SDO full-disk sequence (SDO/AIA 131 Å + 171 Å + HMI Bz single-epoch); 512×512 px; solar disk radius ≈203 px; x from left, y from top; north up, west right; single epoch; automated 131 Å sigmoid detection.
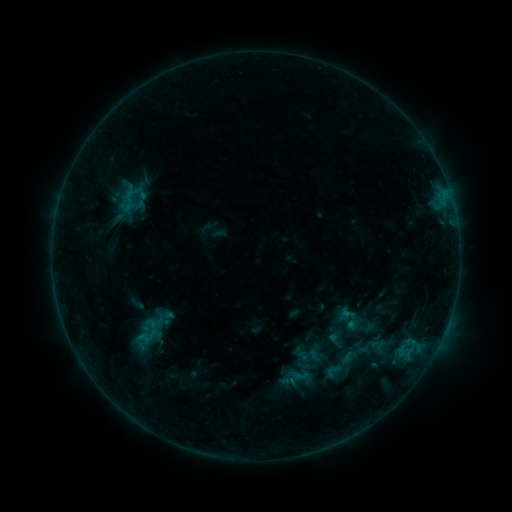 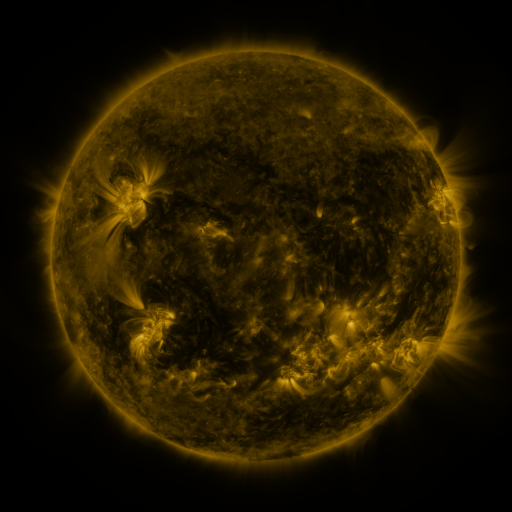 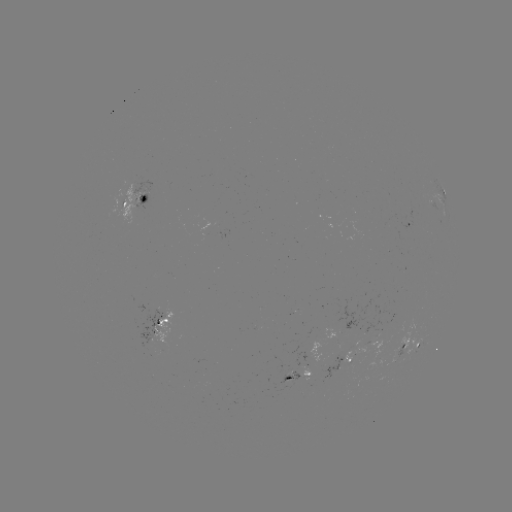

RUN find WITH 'sigmoid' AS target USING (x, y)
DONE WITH (333, 371) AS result